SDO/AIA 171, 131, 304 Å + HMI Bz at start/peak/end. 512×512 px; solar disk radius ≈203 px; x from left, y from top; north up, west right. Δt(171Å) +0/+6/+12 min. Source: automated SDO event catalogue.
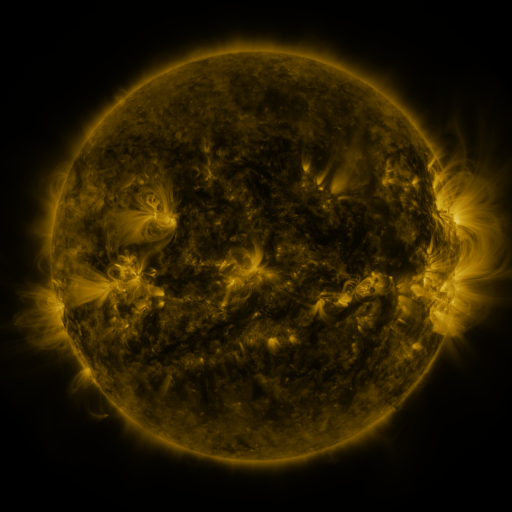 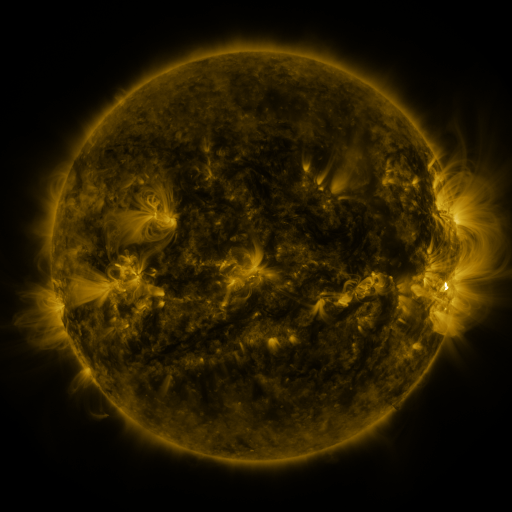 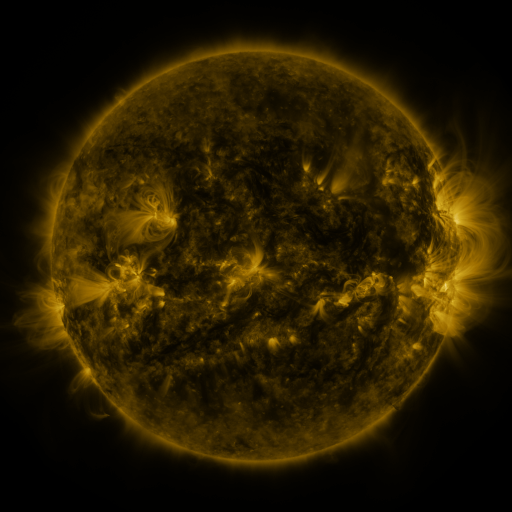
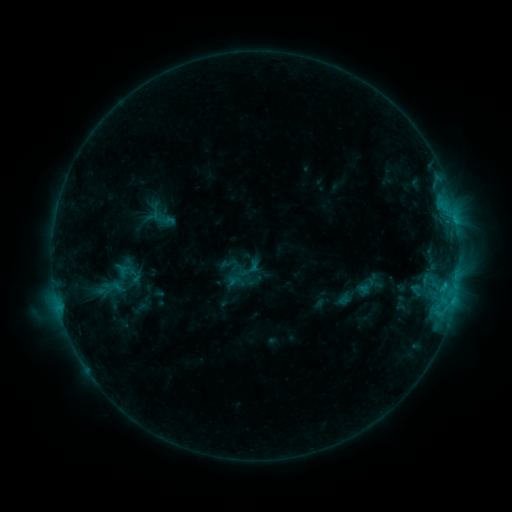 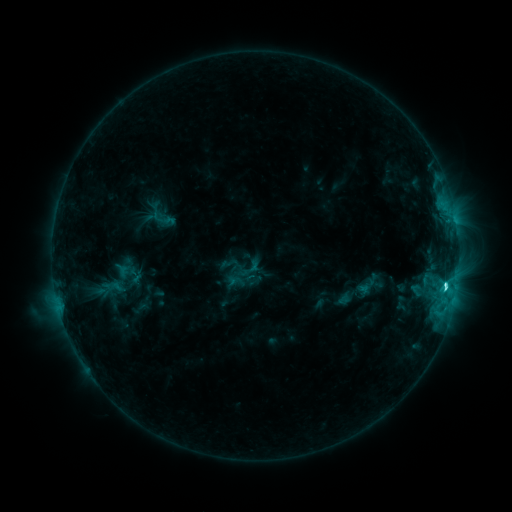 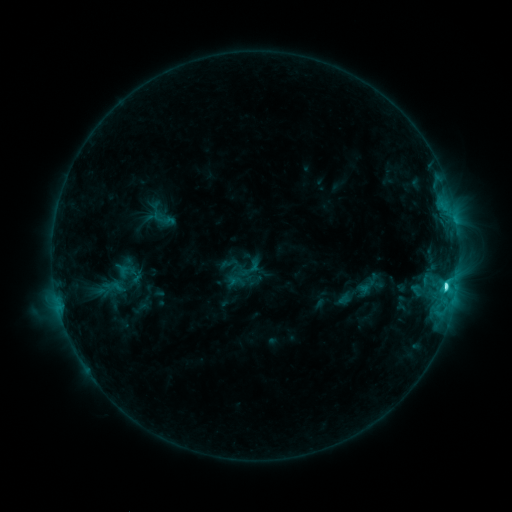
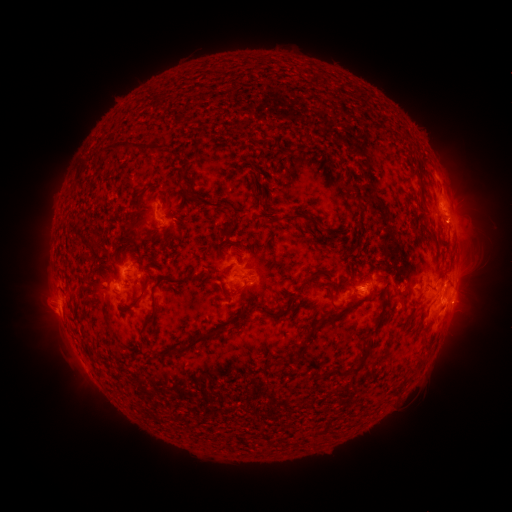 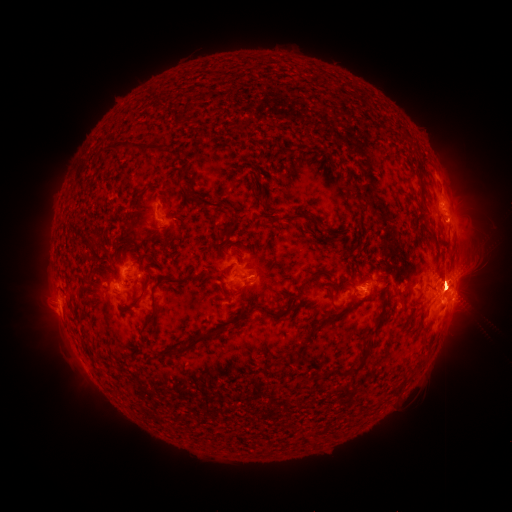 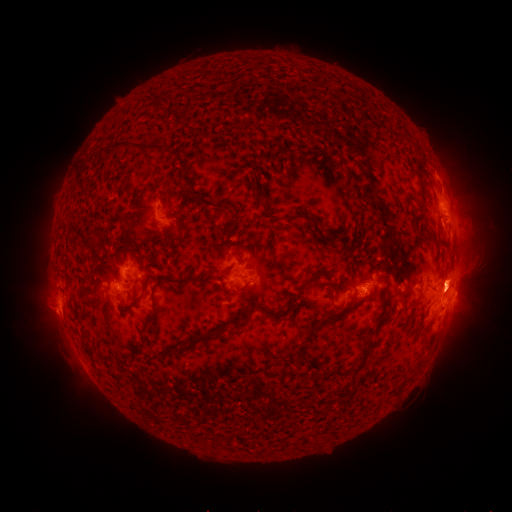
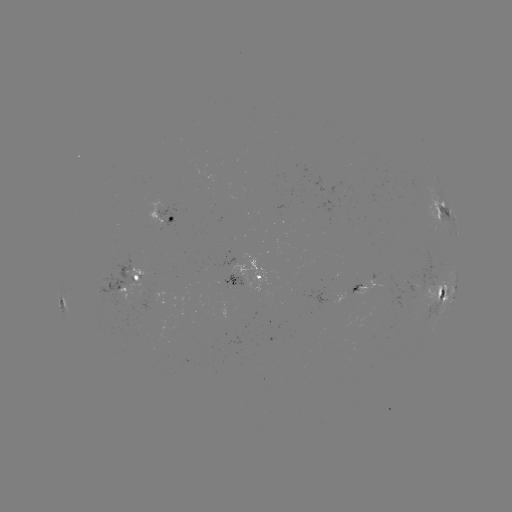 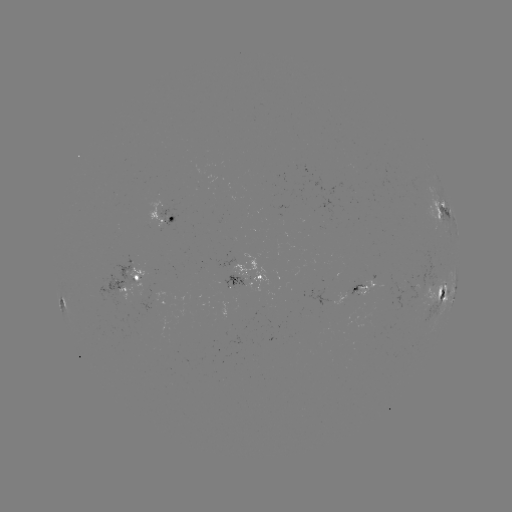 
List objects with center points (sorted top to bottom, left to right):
C8.6 flare: (445, 283)
